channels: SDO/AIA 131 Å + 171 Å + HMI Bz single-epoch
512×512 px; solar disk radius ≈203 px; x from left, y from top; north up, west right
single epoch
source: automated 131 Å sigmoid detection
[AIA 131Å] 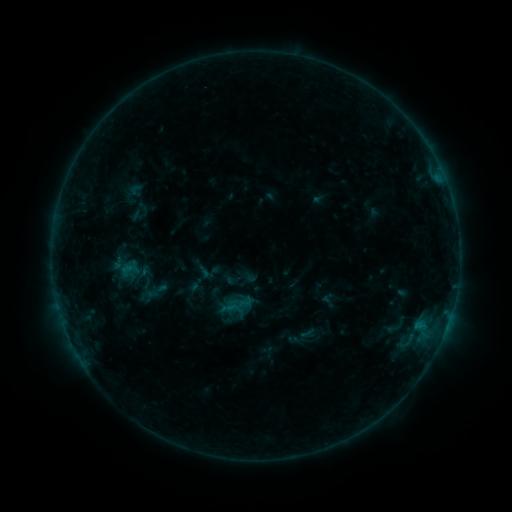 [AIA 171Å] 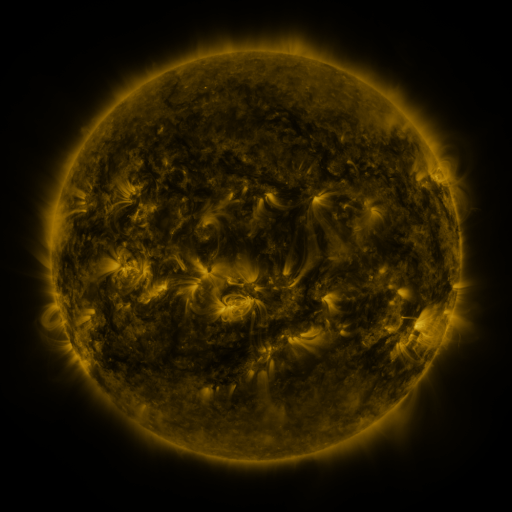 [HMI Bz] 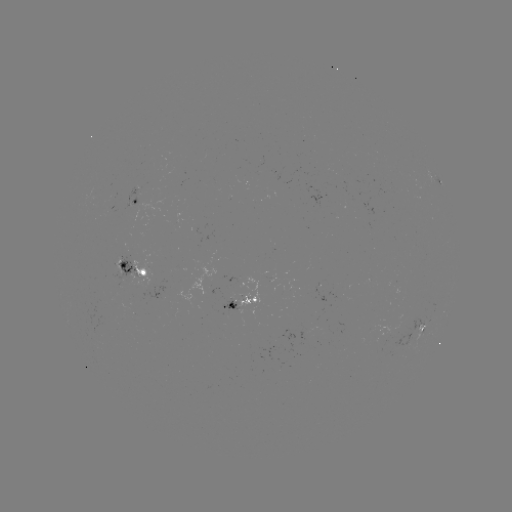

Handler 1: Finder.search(sigmoid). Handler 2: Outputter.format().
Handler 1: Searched sigmoid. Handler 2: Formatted [152, 289].